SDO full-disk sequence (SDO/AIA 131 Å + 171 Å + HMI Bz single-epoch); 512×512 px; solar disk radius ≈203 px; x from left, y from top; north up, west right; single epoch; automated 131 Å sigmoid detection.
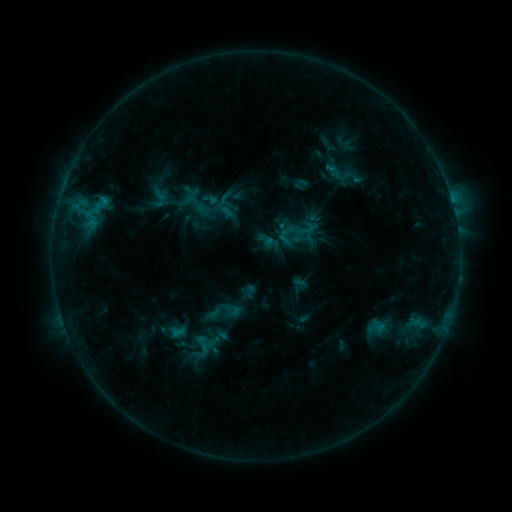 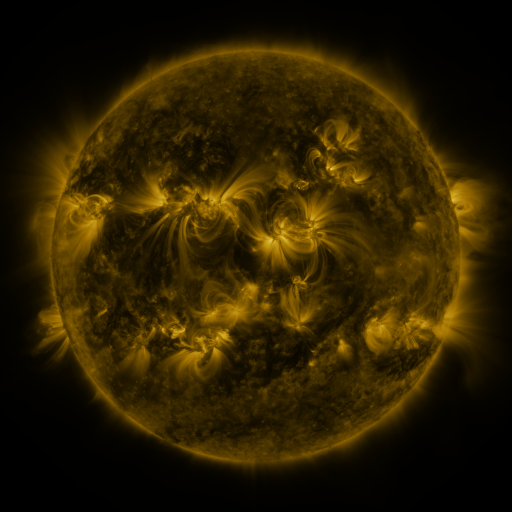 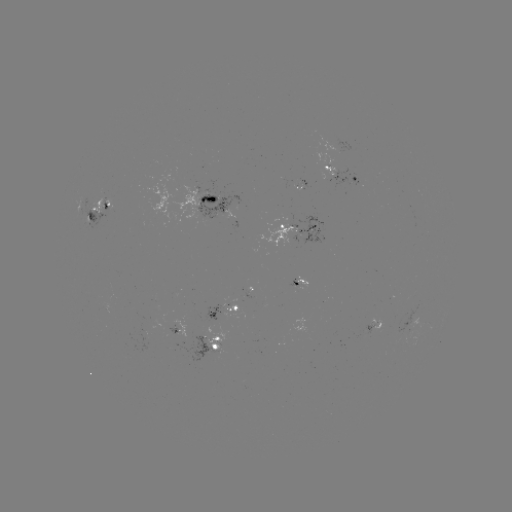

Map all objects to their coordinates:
sigmoid: <bbox>317, 156, 359, 189</bbox>
sigmoid: <bbox>366, 317, 386, 338</bbox>
